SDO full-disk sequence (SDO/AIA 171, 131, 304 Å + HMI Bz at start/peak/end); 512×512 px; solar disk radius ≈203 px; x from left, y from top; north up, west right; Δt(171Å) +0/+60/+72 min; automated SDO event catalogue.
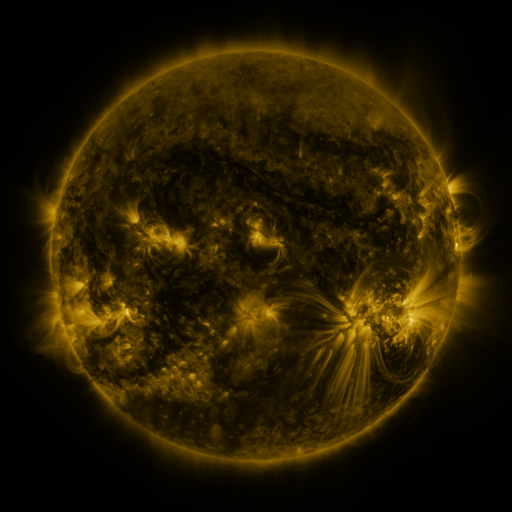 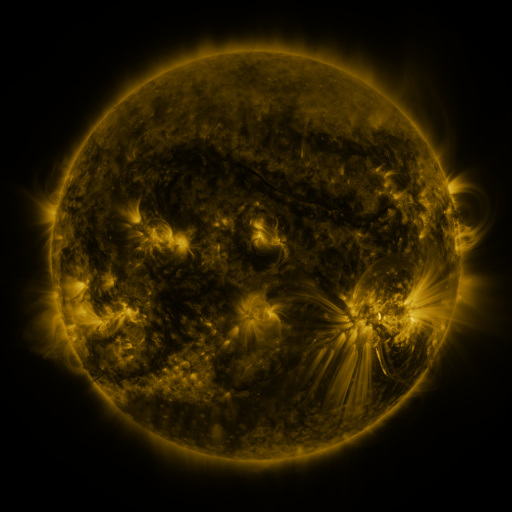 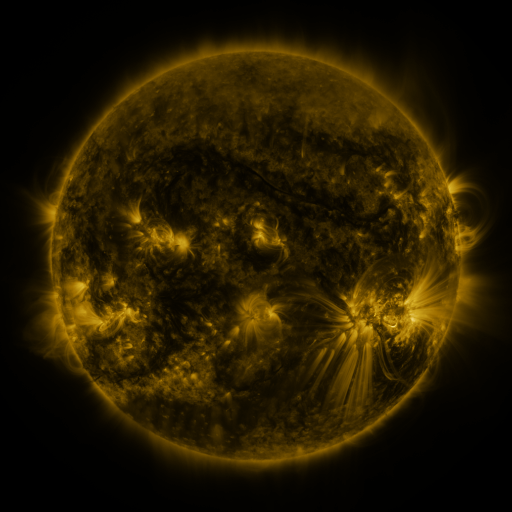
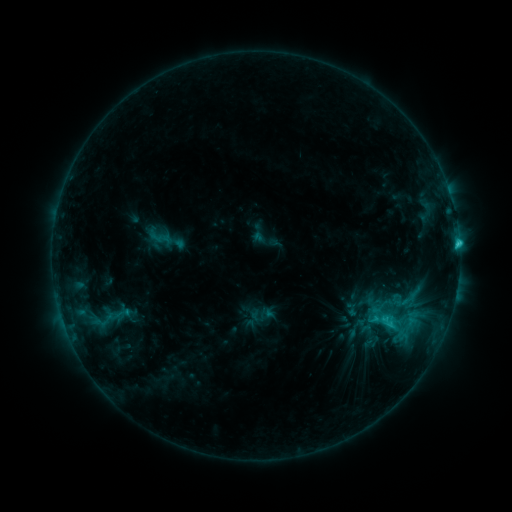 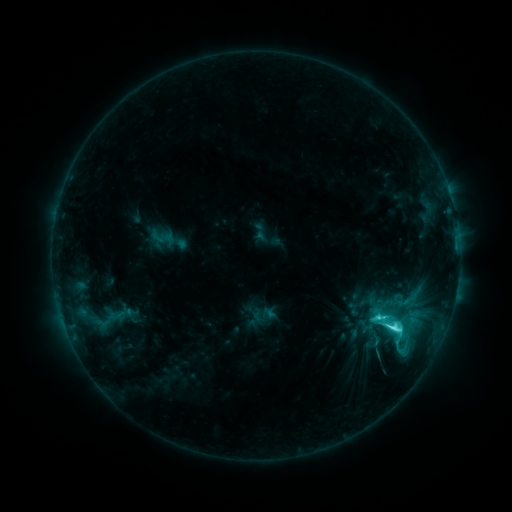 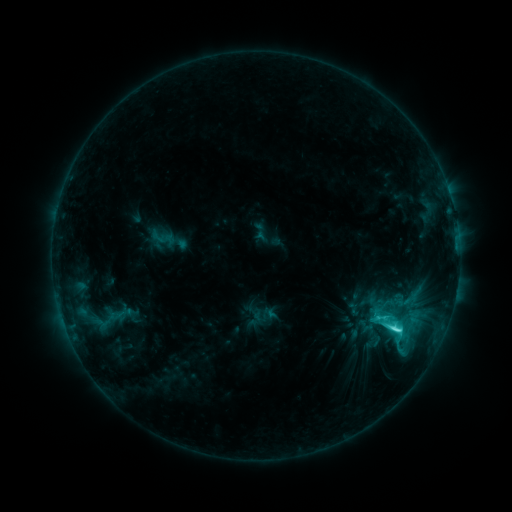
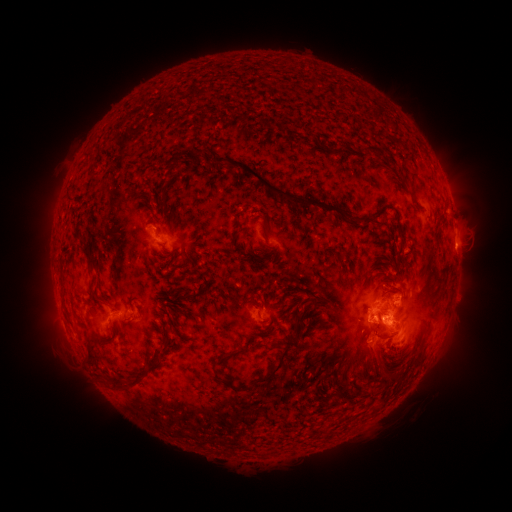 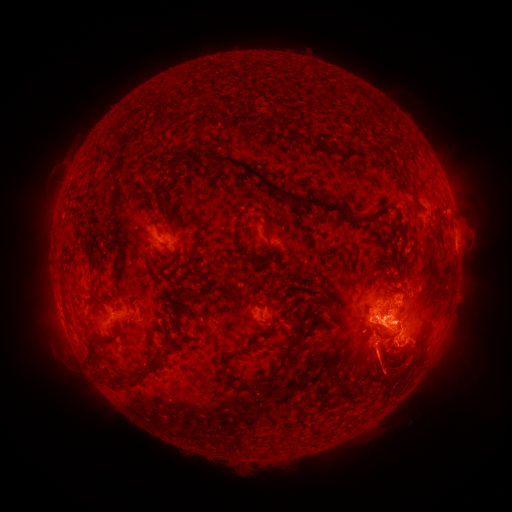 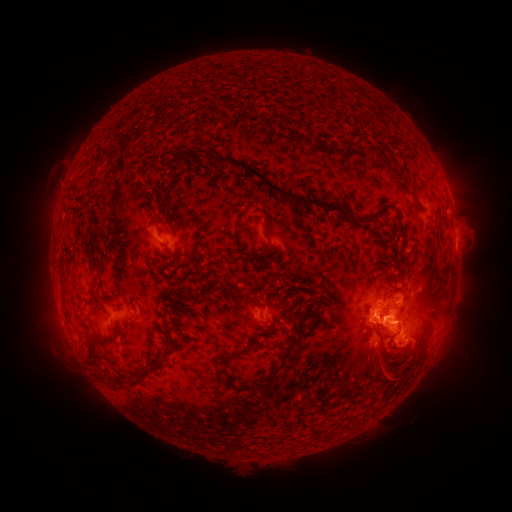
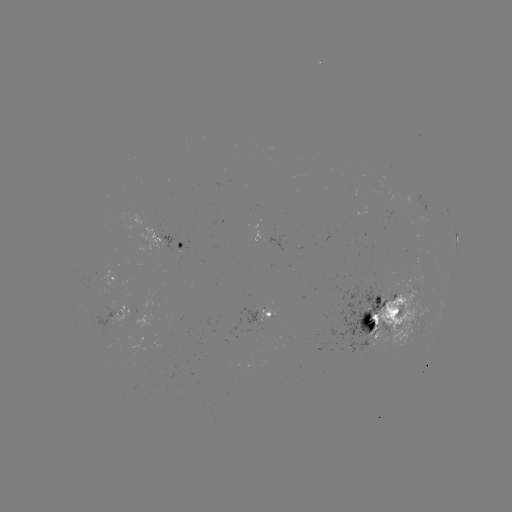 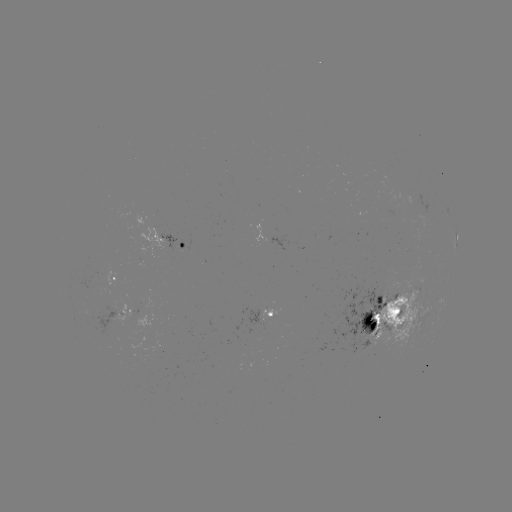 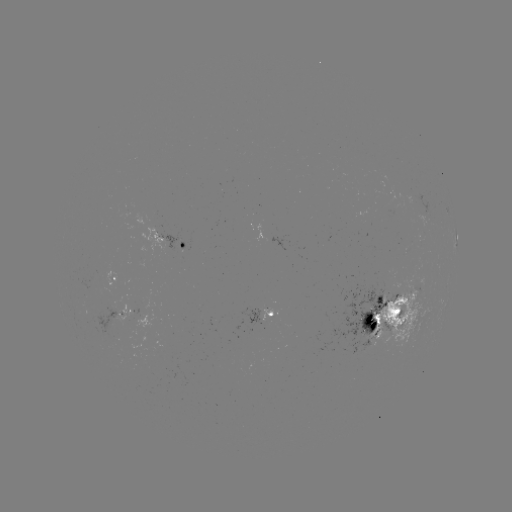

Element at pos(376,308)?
emerging-flux region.